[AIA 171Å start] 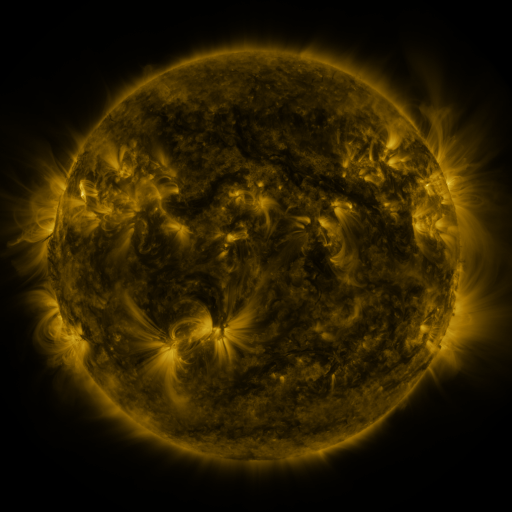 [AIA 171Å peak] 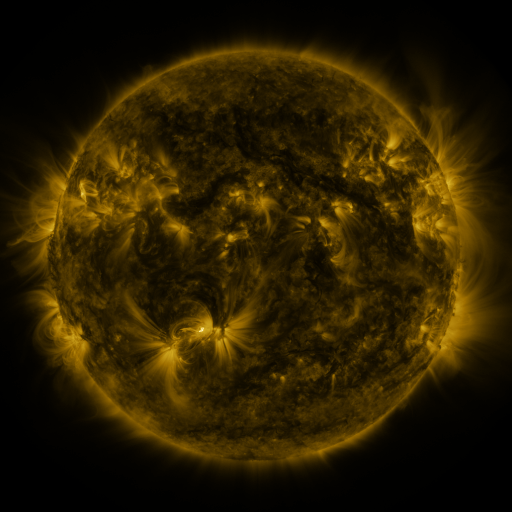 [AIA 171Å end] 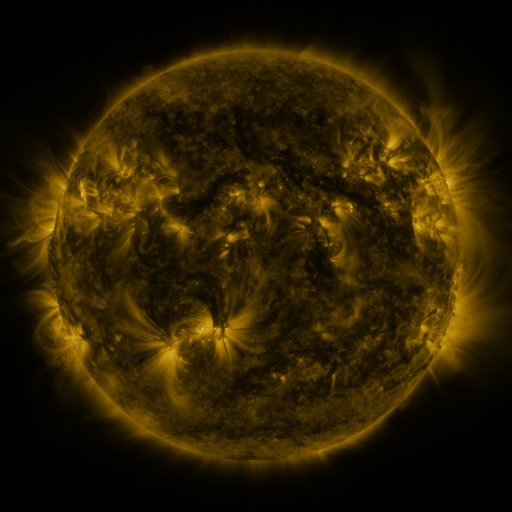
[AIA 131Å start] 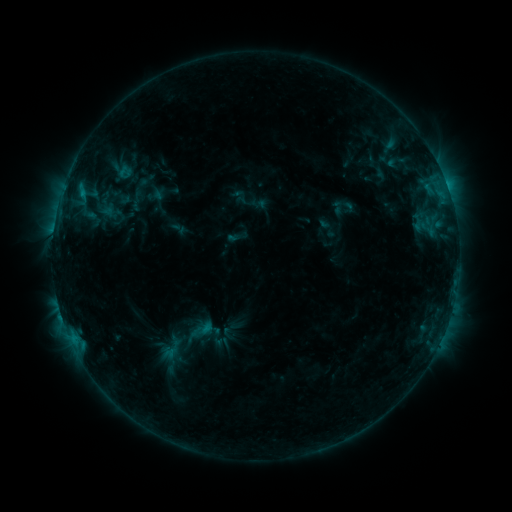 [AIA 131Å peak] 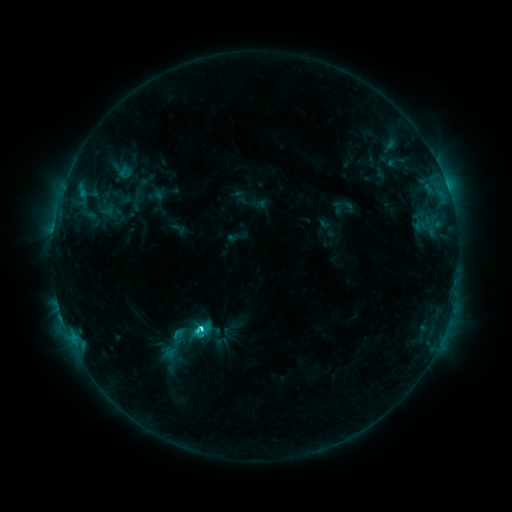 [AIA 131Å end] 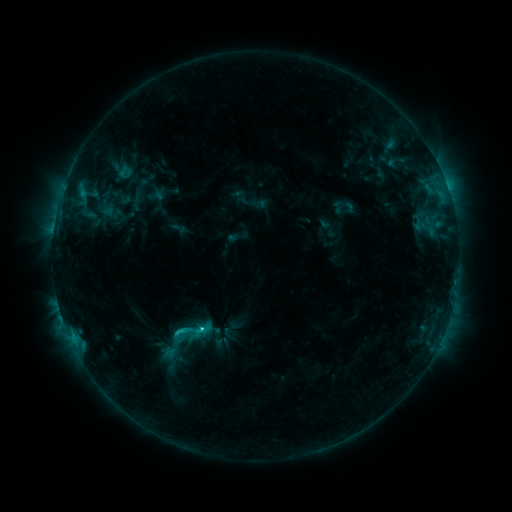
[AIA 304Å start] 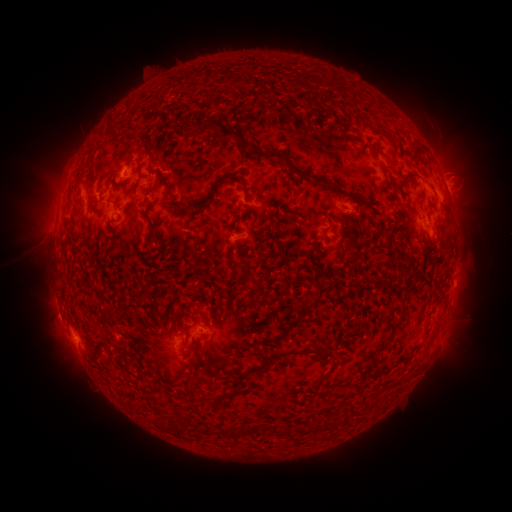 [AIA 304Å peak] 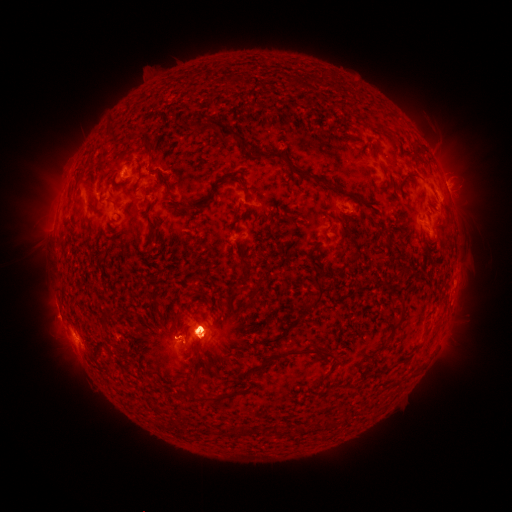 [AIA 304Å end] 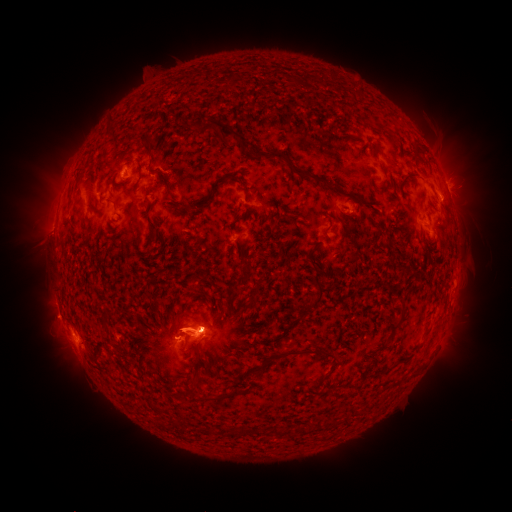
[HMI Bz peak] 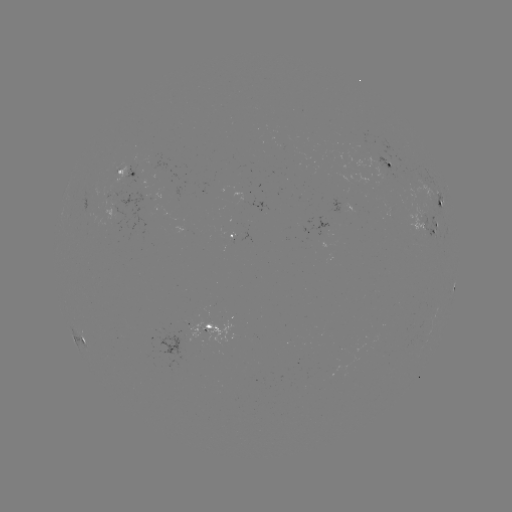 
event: eruption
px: (453, 188)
